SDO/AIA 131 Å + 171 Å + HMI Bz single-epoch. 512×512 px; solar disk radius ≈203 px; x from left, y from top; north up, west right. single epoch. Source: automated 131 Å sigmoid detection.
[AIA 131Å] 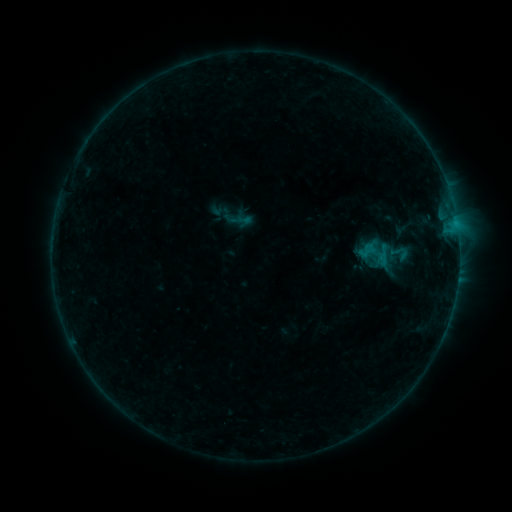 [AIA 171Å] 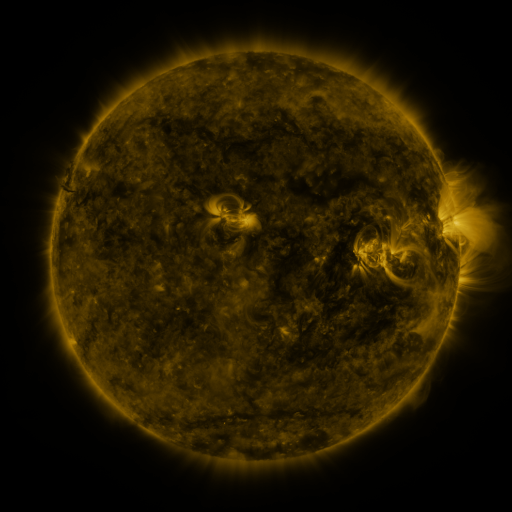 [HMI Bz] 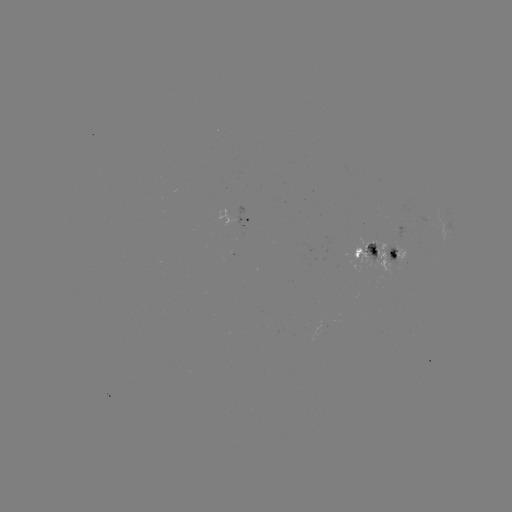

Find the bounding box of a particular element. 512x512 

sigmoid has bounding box [388, 243, 410, 263].